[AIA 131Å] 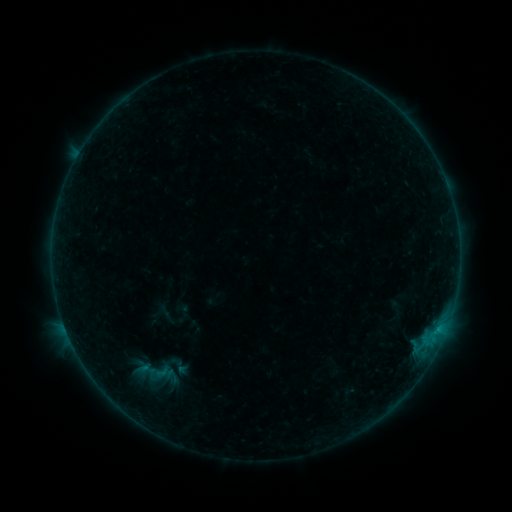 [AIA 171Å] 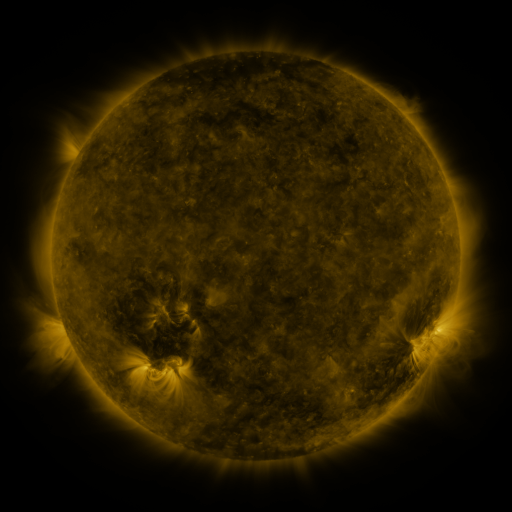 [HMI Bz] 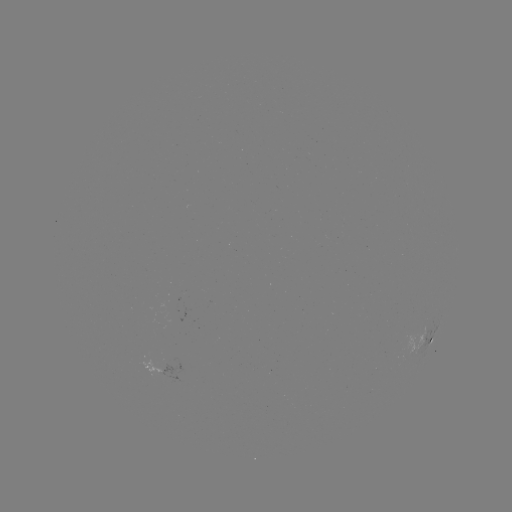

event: sigmoid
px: (145, 369)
